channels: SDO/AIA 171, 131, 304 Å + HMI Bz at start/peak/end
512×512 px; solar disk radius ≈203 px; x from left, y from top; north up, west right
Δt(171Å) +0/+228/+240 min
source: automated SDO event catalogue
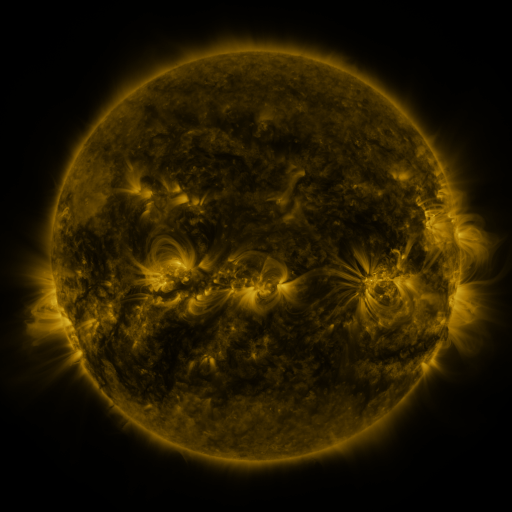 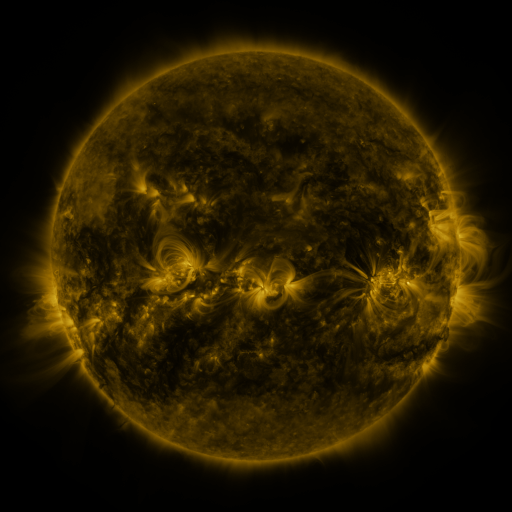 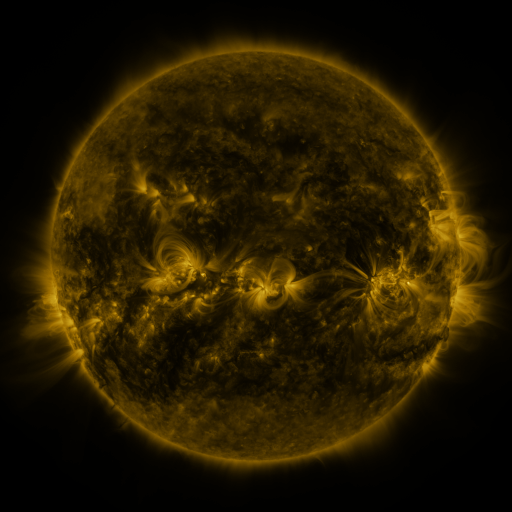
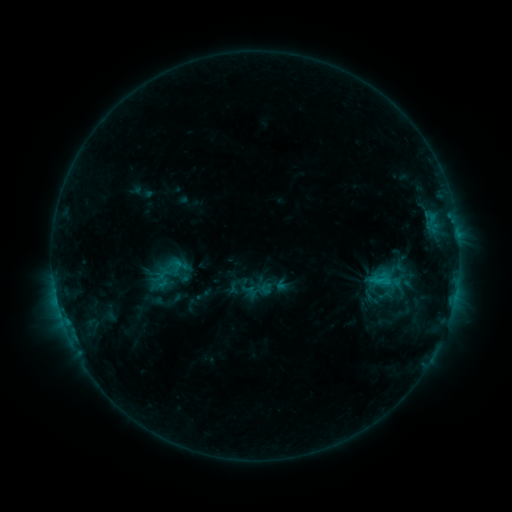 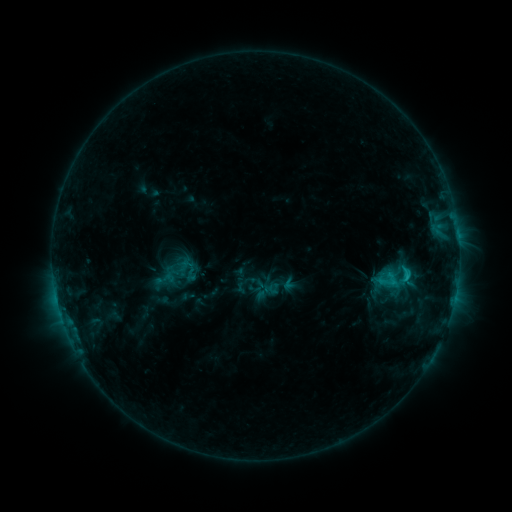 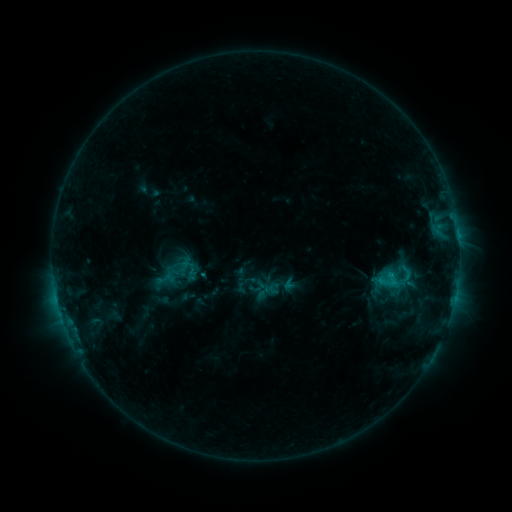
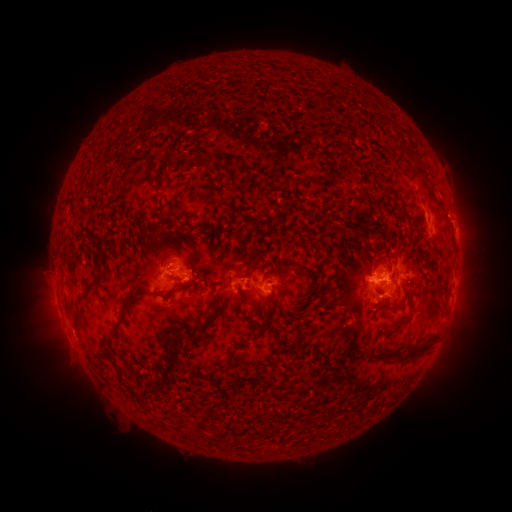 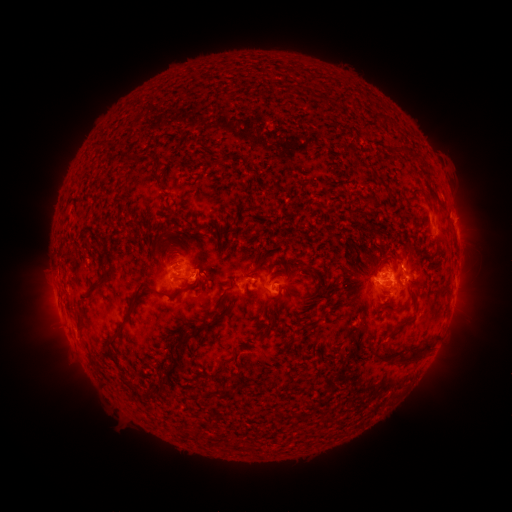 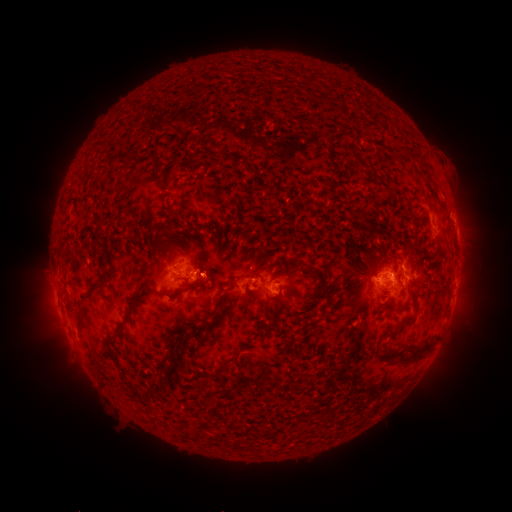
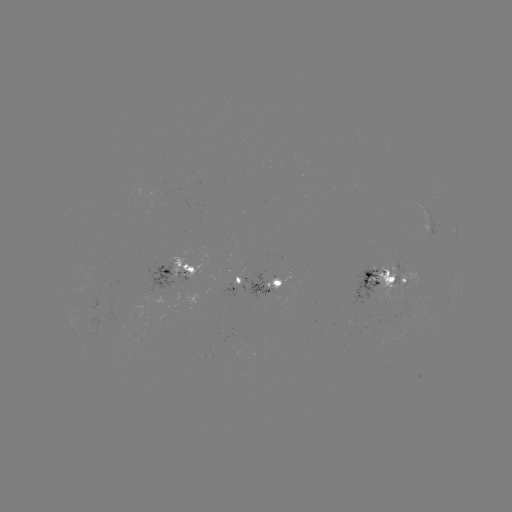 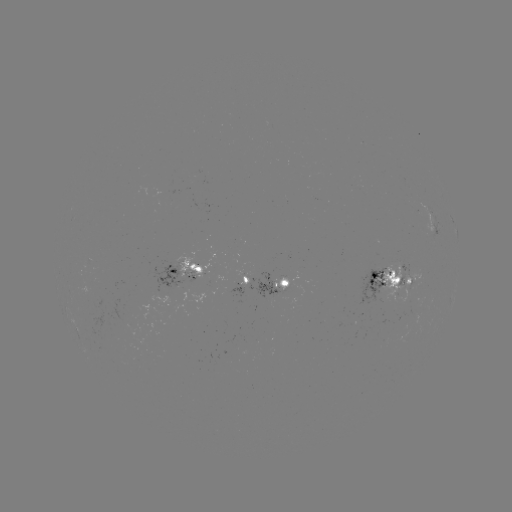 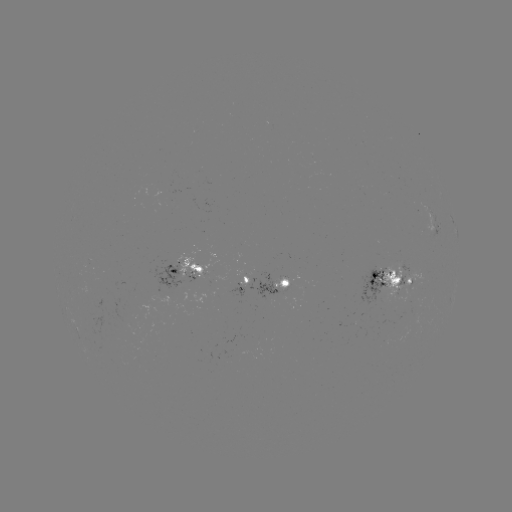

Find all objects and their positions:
emerging-flux region: (284, 281)
